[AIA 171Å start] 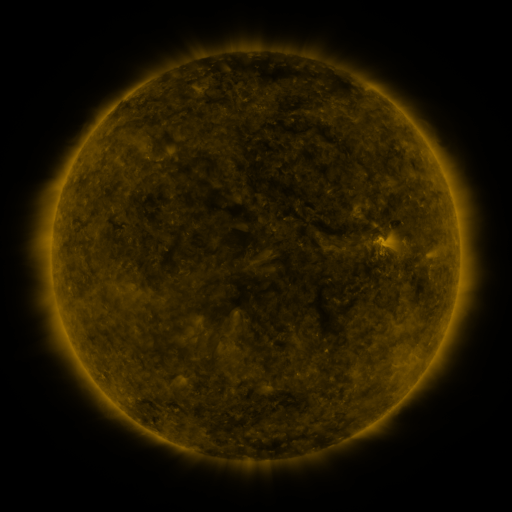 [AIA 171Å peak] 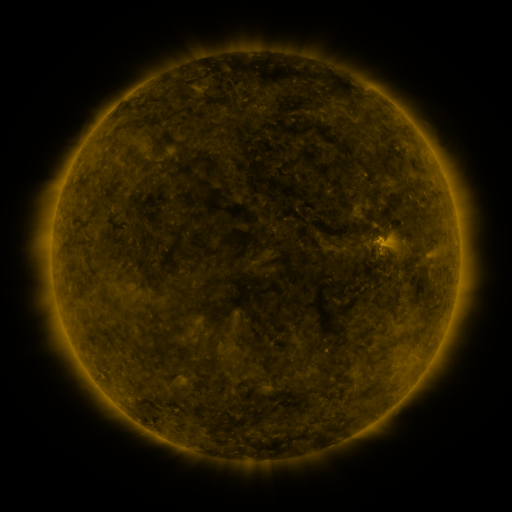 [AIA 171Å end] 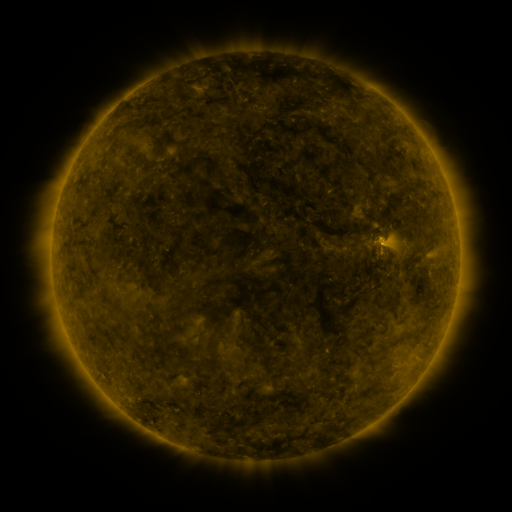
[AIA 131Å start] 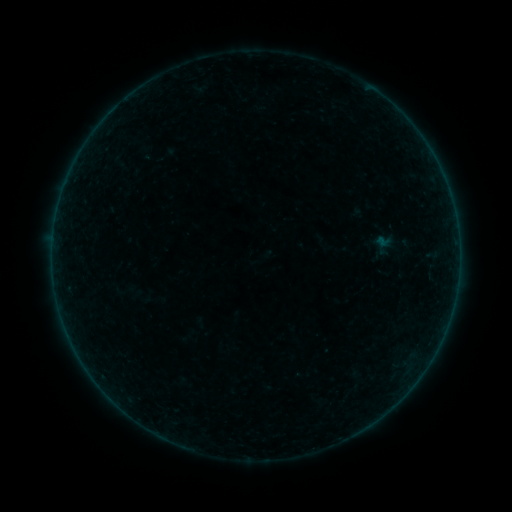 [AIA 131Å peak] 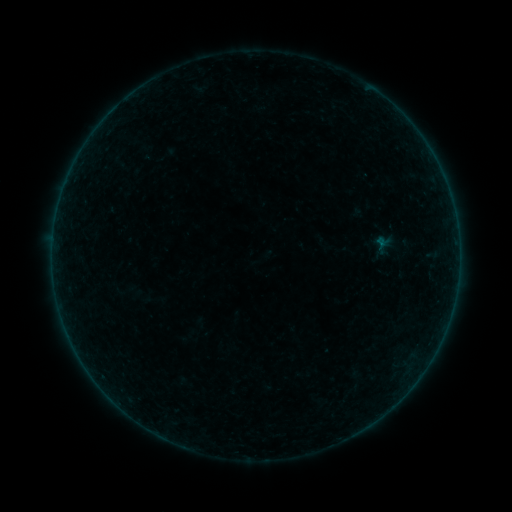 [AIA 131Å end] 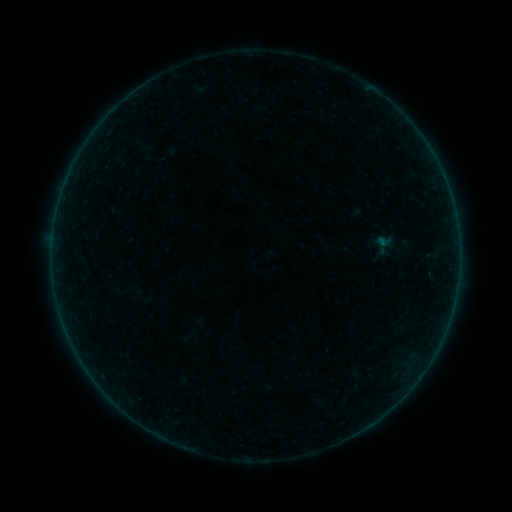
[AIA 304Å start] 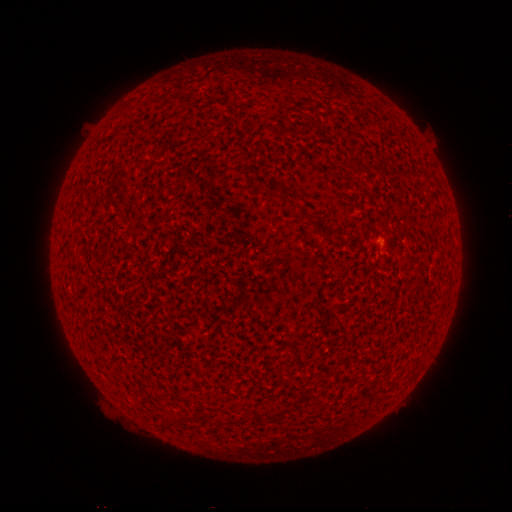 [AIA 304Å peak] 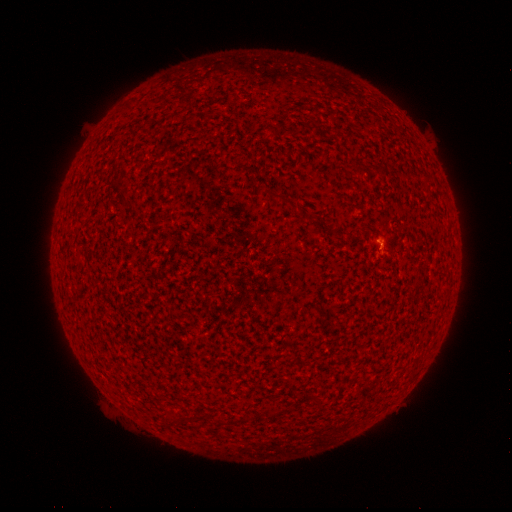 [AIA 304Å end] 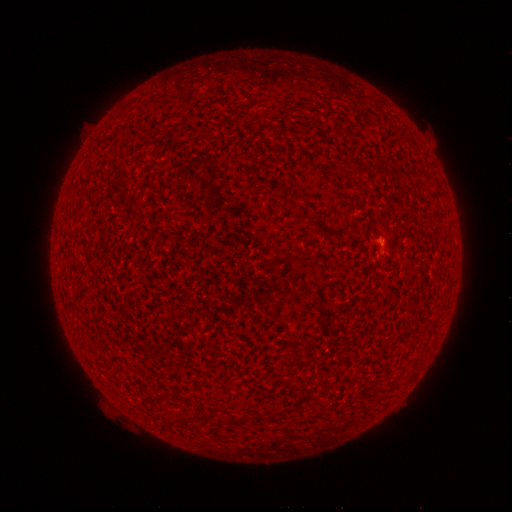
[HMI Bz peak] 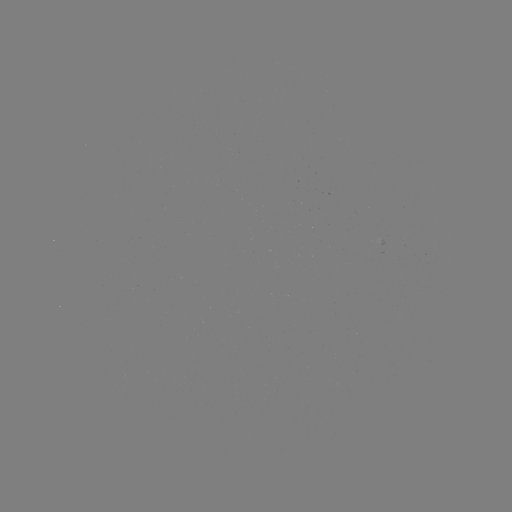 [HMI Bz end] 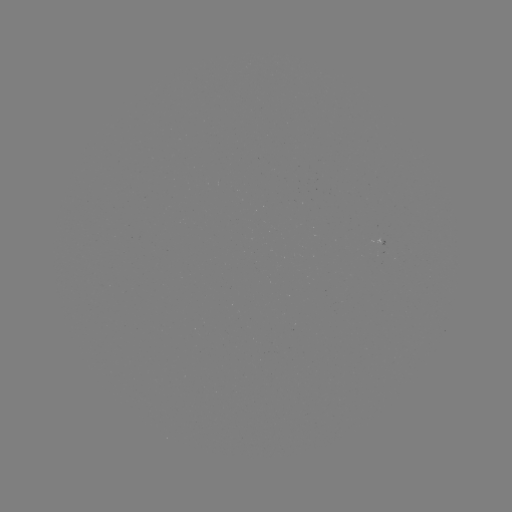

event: flare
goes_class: A4.0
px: (378, 245)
